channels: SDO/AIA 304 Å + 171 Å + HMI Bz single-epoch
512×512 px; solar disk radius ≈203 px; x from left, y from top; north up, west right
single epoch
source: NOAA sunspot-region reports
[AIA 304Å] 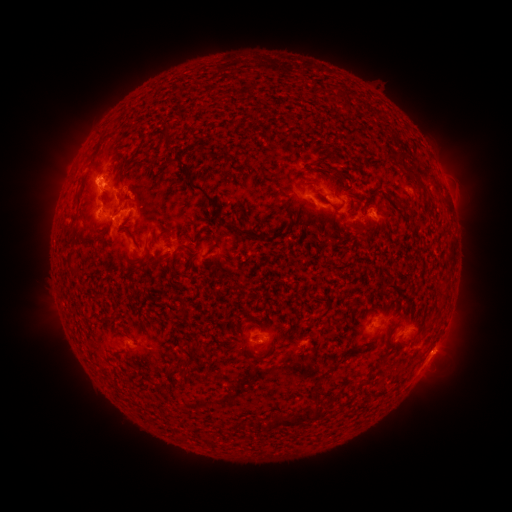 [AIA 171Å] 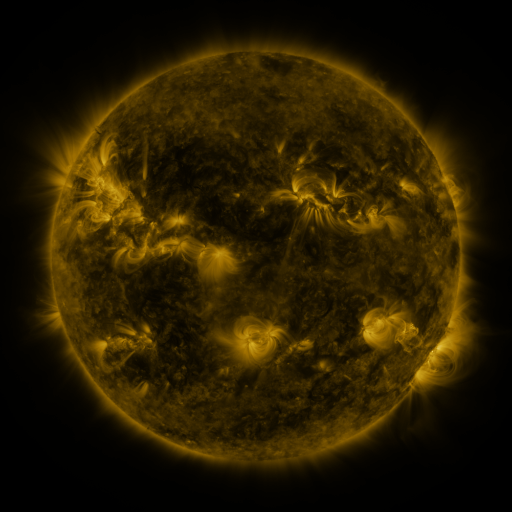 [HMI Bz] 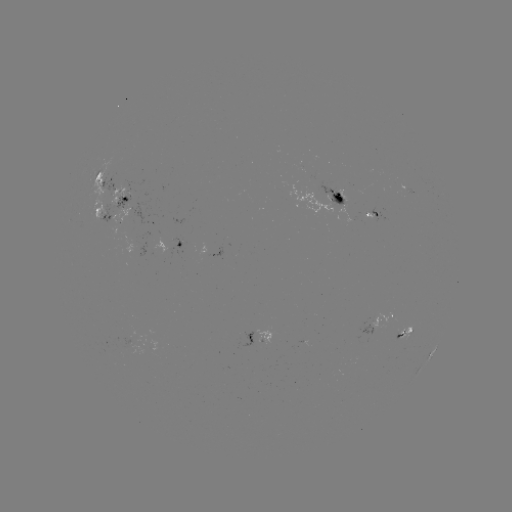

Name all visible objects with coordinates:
spotted active region: (105, 180)
spotted active region: (334, 194)
spotted active region: (107, 201)
spotted active region: (375, 212)
spotted active region: (101, 215)
spotted active region: (173, 250)
spotted active region: (378, 321)
spotted active region: (410, 326)
spotted active region: (262, 339)
spotted active region: (433, 352)
